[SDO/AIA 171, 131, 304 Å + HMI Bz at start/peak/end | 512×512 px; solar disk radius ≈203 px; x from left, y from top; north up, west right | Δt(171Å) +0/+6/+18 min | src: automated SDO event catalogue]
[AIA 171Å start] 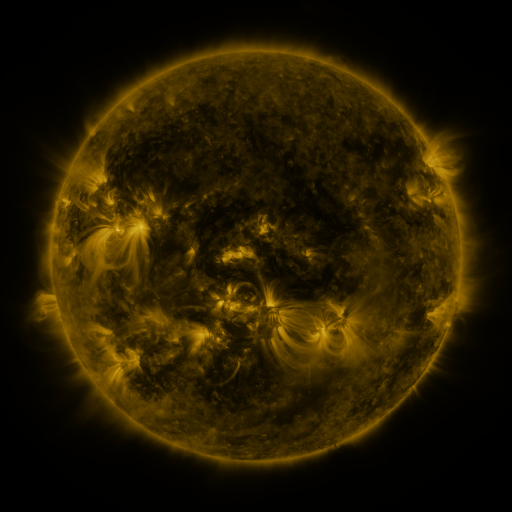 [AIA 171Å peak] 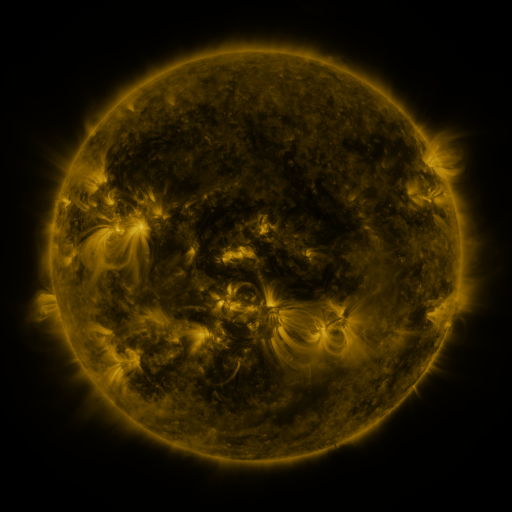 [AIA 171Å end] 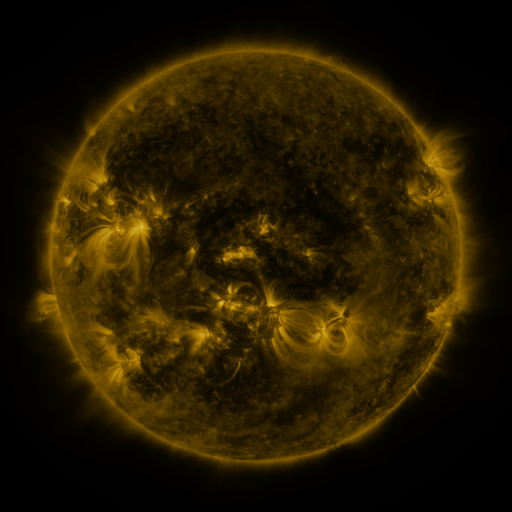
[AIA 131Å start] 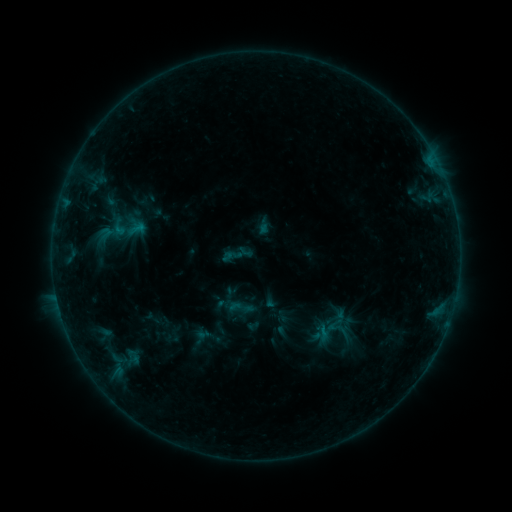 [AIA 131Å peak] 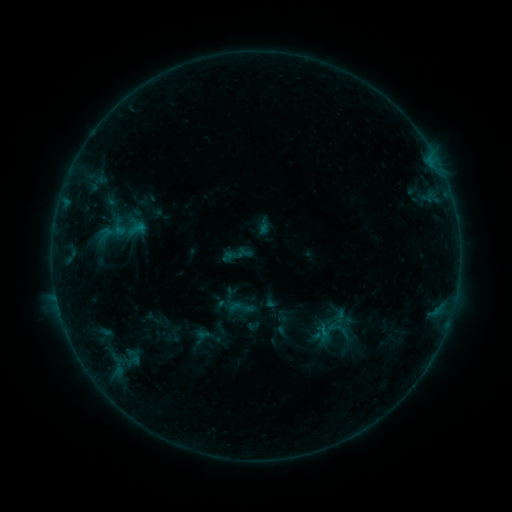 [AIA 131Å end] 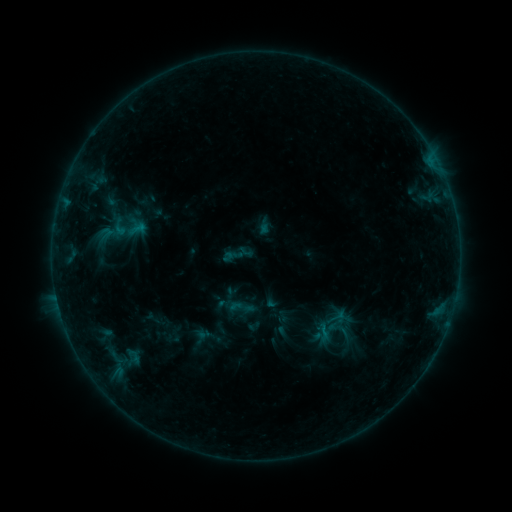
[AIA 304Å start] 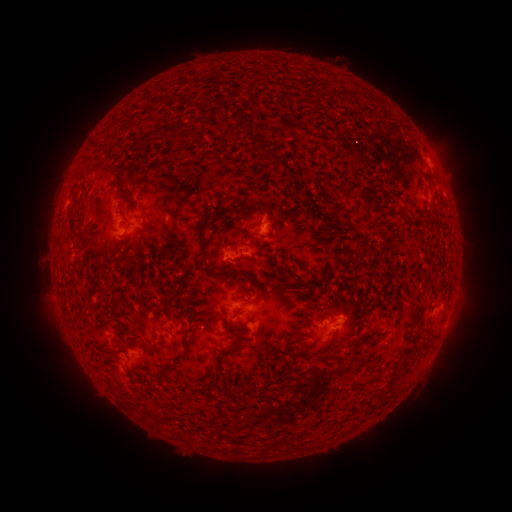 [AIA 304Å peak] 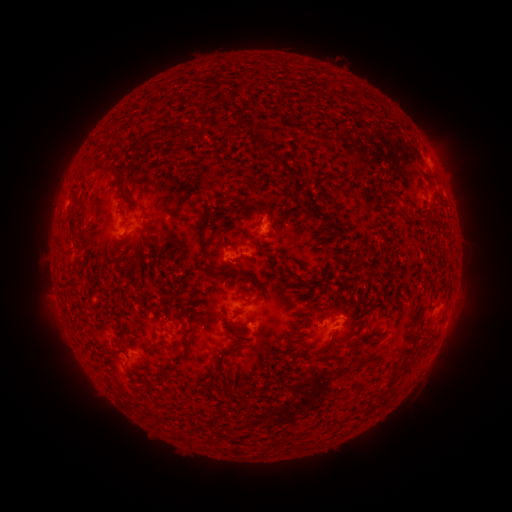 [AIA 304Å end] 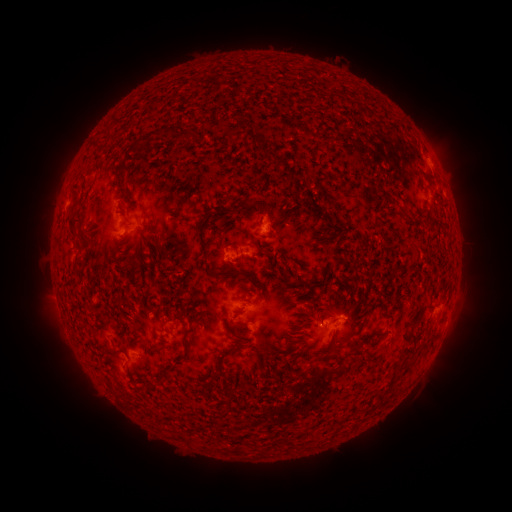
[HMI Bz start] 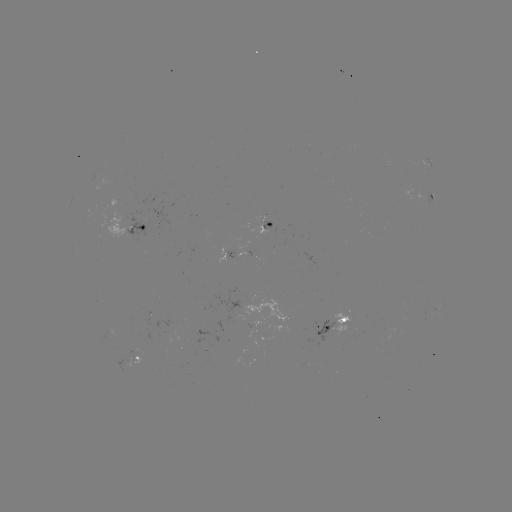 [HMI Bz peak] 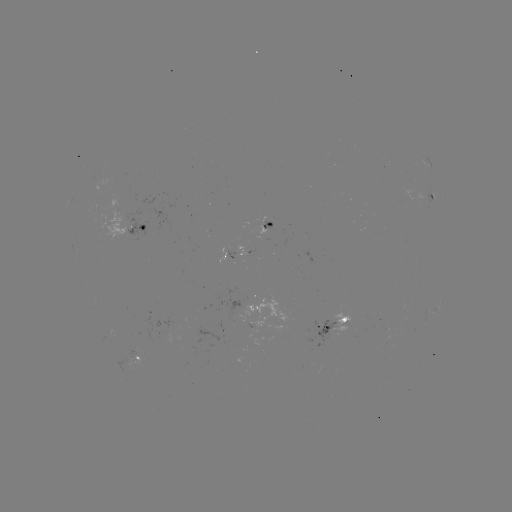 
no catalogued flare and no flagged EUV brightening in this window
